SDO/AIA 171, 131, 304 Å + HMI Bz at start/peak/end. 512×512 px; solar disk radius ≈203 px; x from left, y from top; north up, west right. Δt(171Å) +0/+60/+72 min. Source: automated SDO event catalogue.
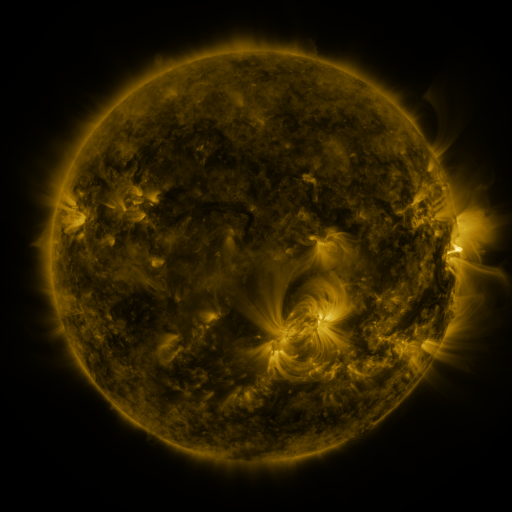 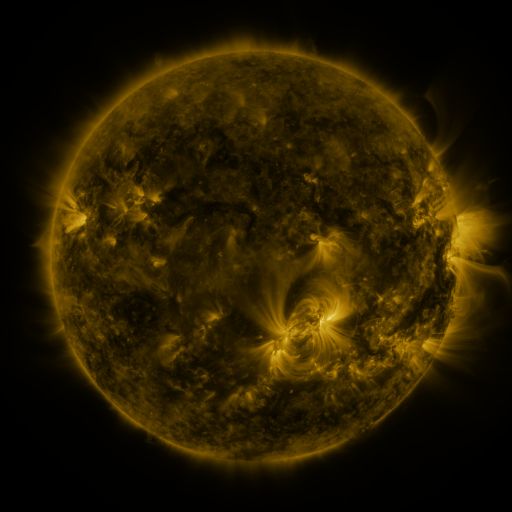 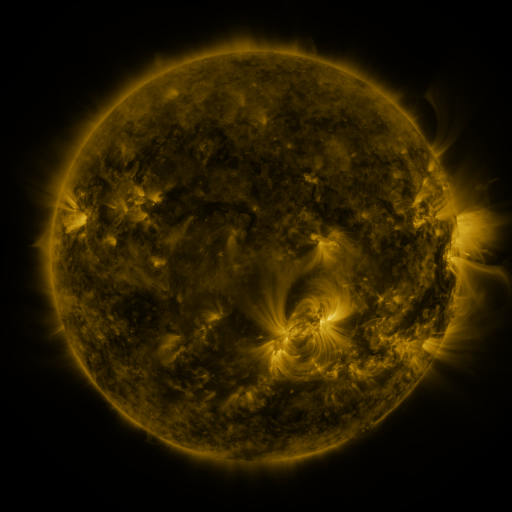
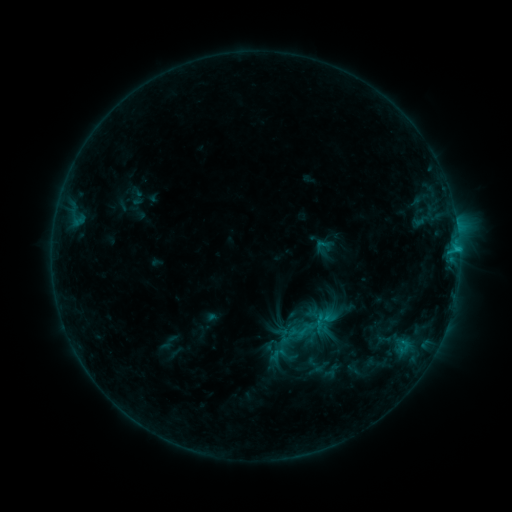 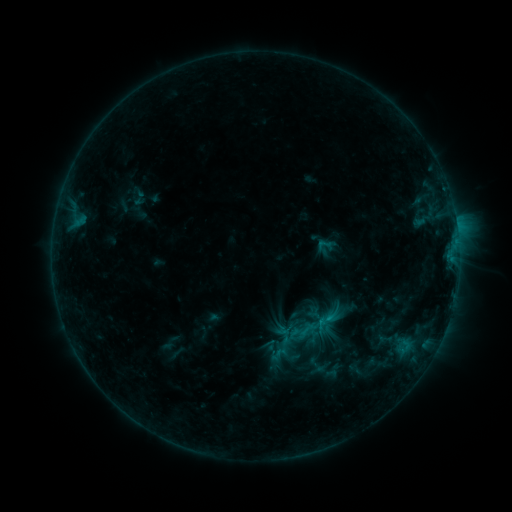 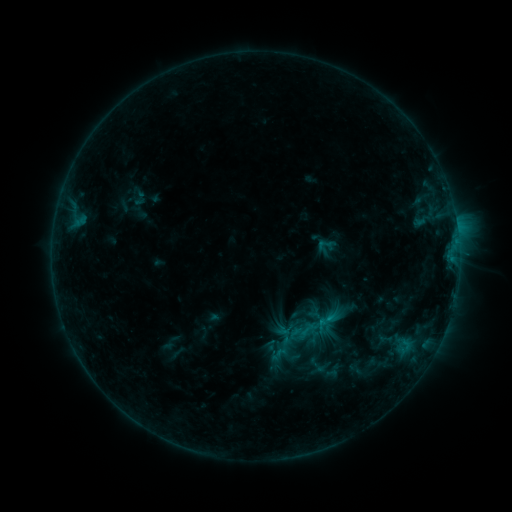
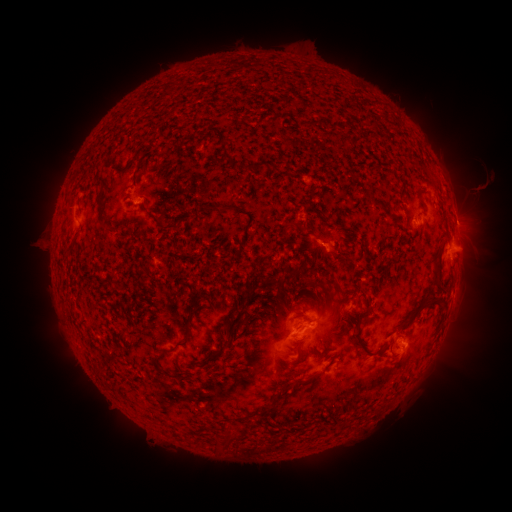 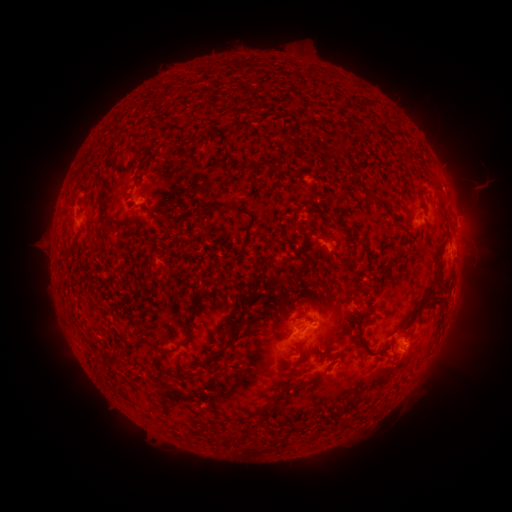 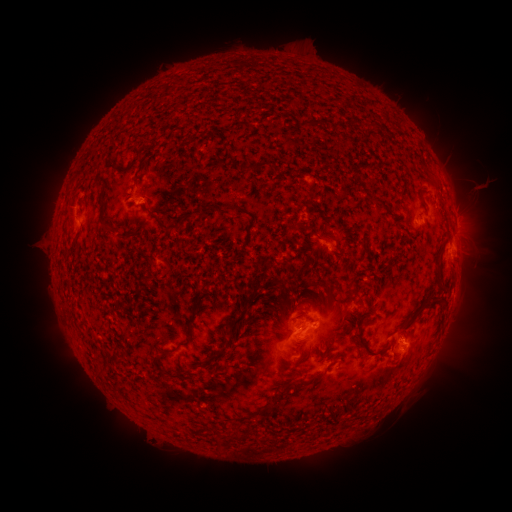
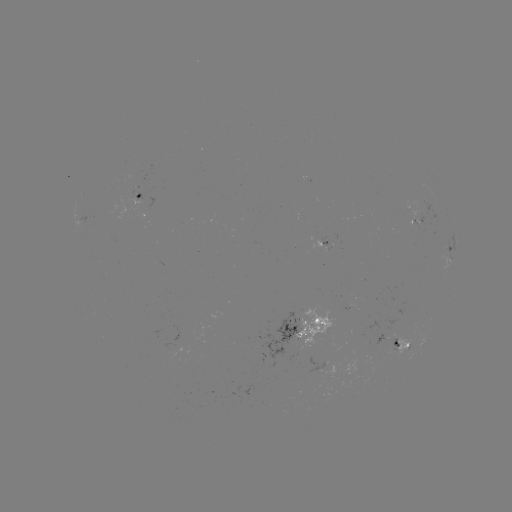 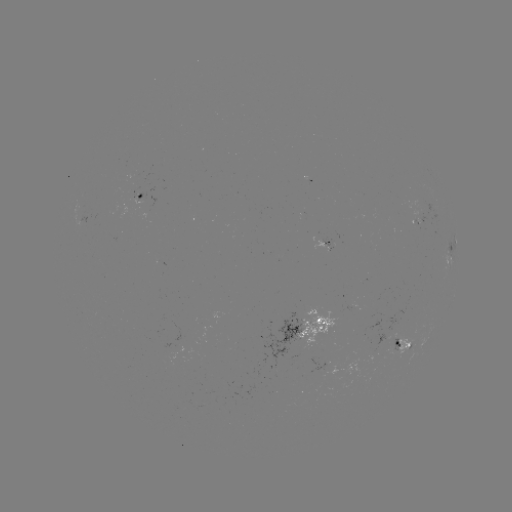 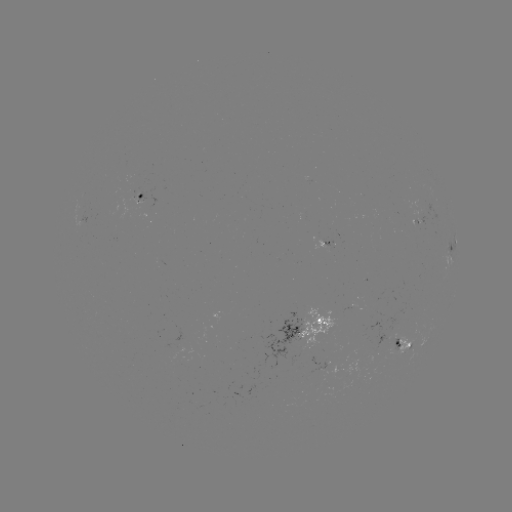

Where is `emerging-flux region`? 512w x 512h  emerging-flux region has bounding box [297, 307, 337, 350].